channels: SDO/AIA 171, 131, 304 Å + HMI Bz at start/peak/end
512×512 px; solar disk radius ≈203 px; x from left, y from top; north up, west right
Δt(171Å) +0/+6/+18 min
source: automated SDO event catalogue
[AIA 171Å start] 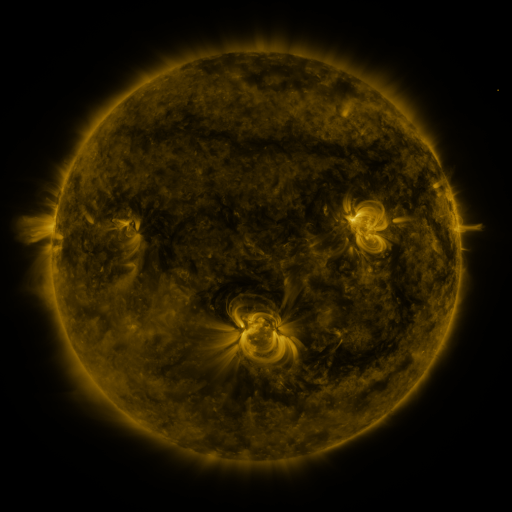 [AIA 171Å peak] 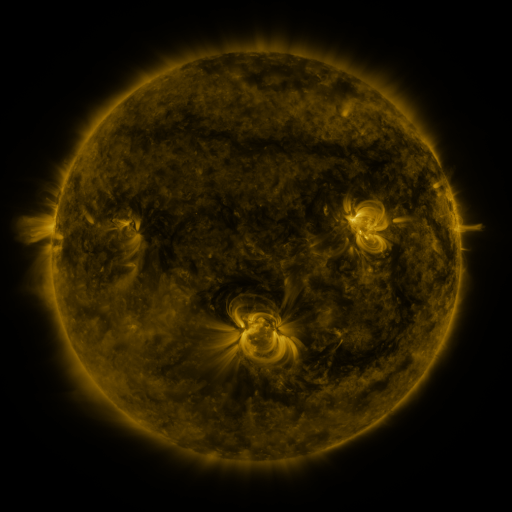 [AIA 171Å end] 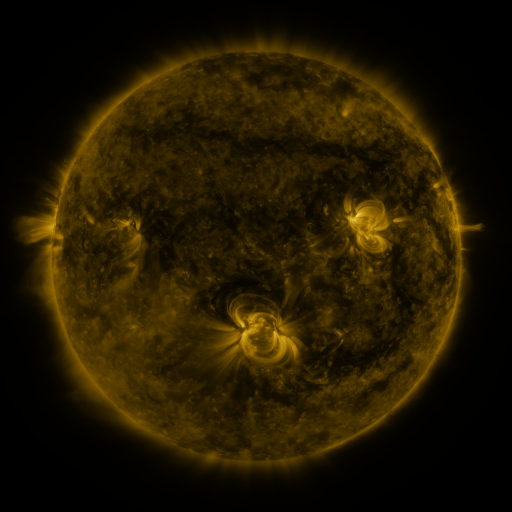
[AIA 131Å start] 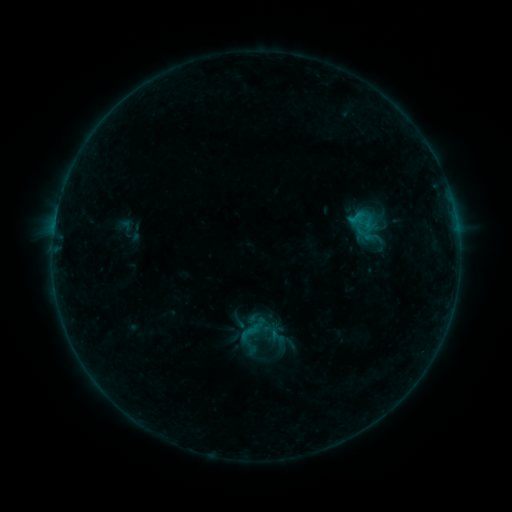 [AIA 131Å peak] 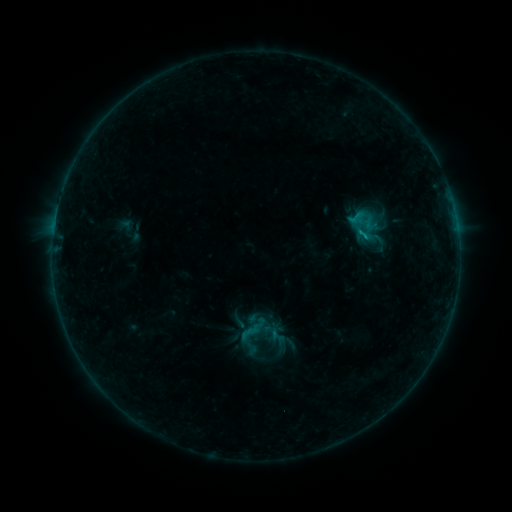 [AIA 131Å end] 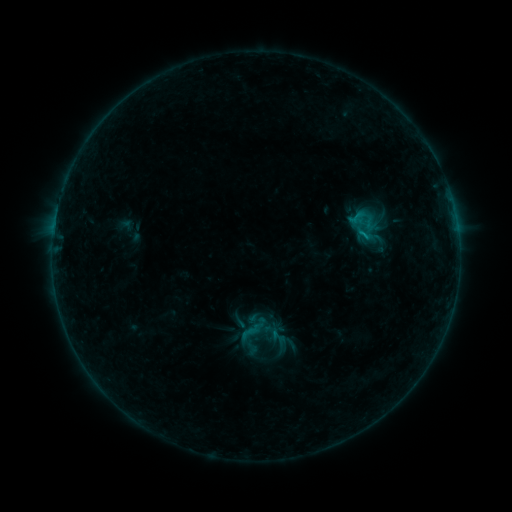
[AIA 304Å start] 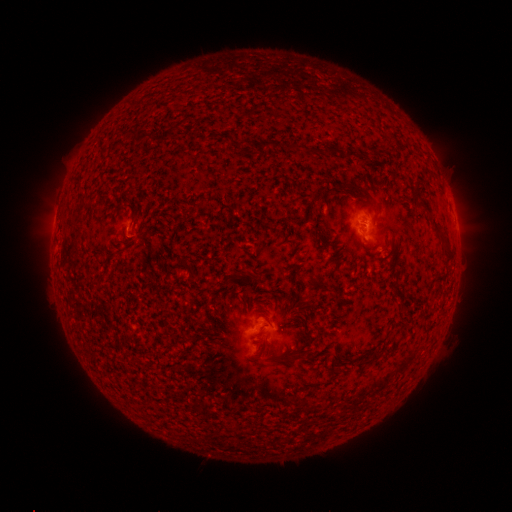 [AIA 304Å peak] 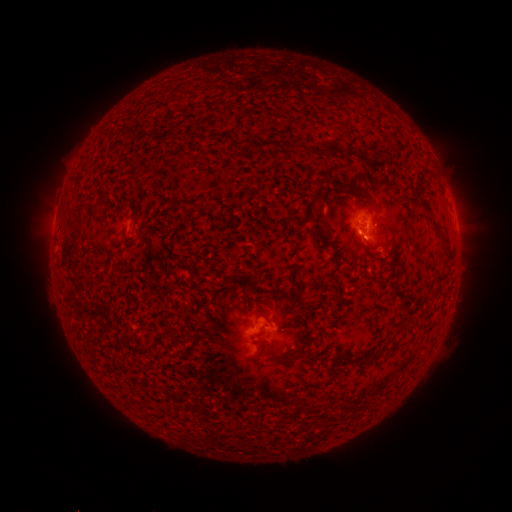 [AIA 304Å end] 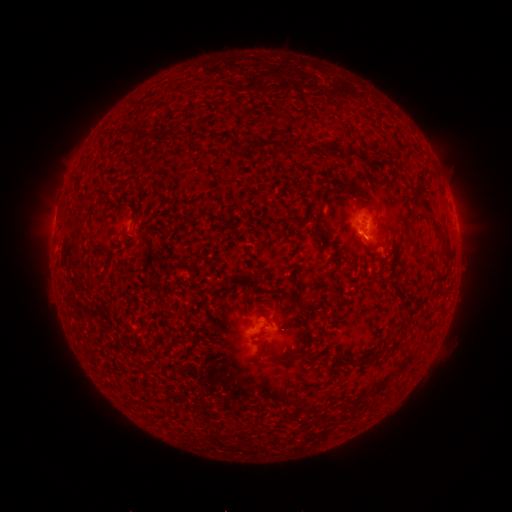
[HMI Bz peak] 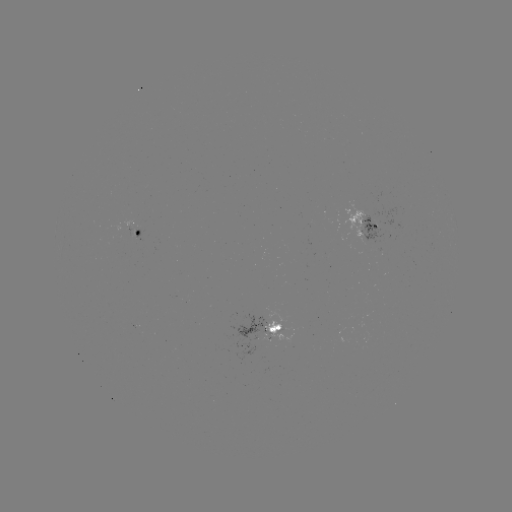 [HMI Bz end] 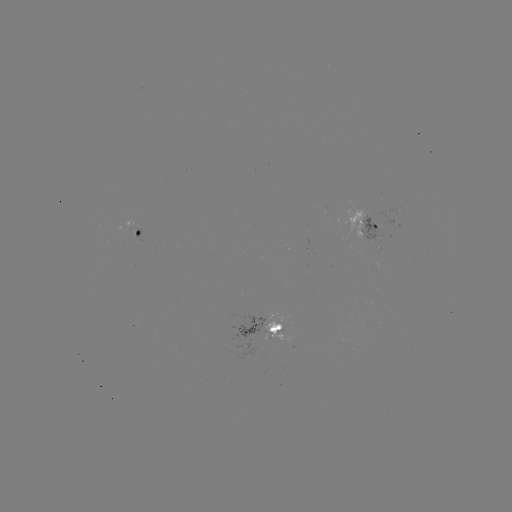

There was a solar flare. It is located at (362, 235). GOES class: B5.1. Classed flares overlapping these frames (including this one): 1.